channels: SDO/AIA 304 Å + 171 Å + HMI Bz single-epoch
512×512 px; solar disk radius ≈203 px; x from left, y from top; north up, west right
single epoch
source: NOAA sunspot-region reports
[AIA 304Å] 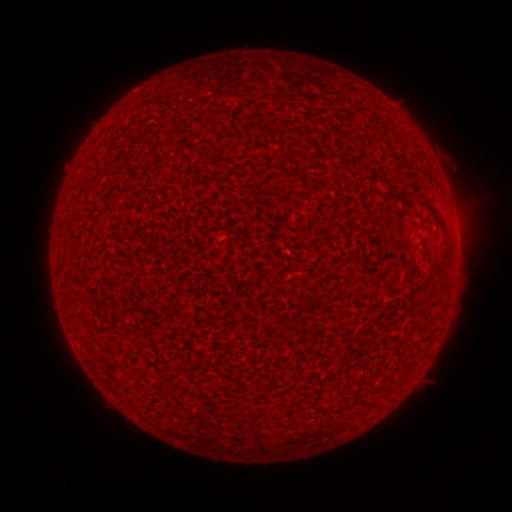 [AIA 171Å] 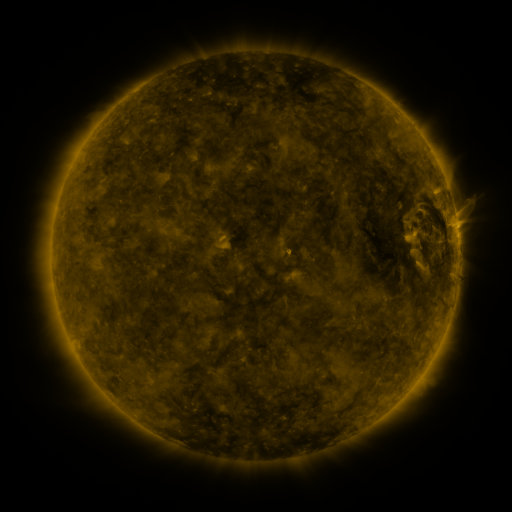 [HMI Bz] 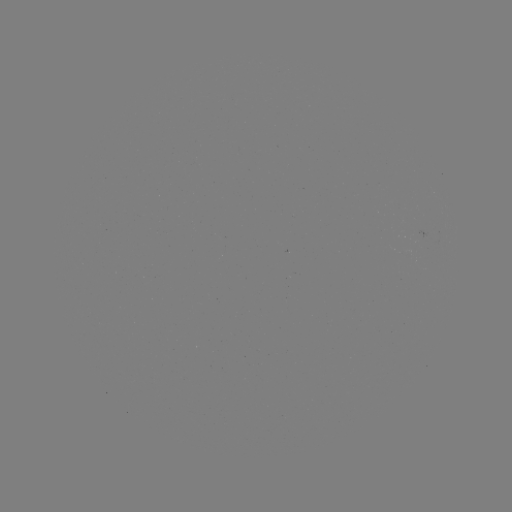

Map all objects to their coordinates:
(none)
